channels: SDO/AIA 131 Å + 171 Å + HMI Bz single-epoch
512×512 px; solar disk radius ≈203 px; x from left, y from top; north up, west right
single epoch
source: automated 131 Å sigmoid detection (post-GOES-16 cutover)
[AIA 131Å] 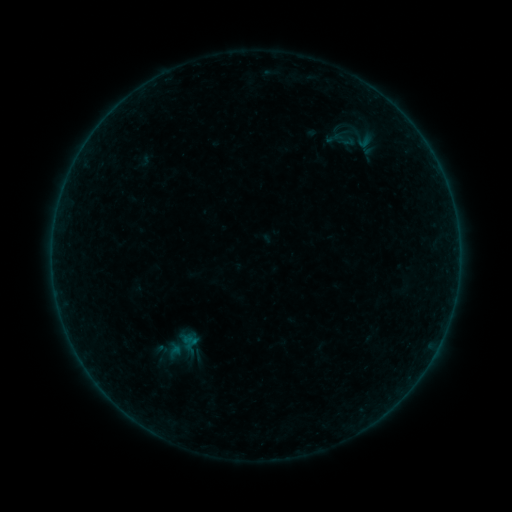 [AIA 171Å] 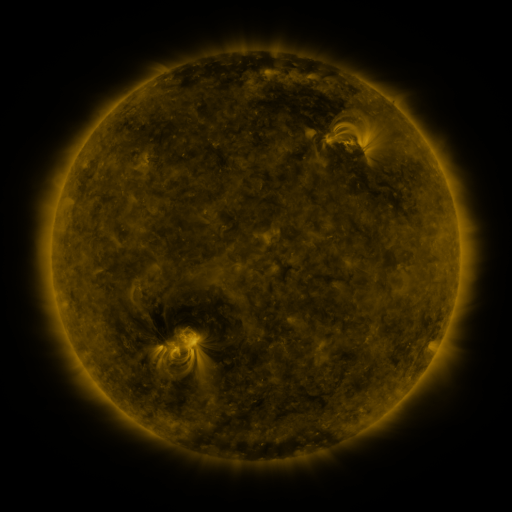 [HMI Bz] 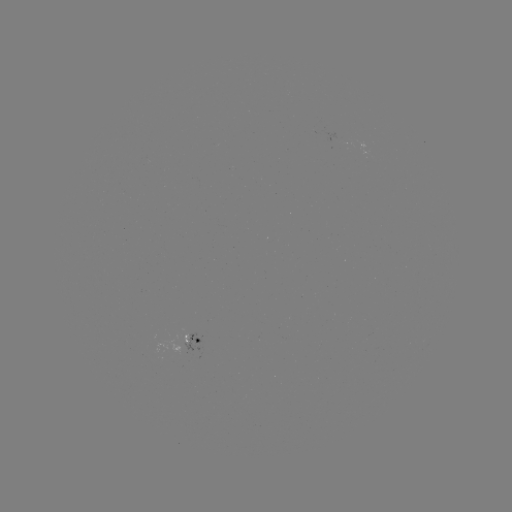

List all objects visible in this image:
sigmoid: (159, 329, 203, 361)
